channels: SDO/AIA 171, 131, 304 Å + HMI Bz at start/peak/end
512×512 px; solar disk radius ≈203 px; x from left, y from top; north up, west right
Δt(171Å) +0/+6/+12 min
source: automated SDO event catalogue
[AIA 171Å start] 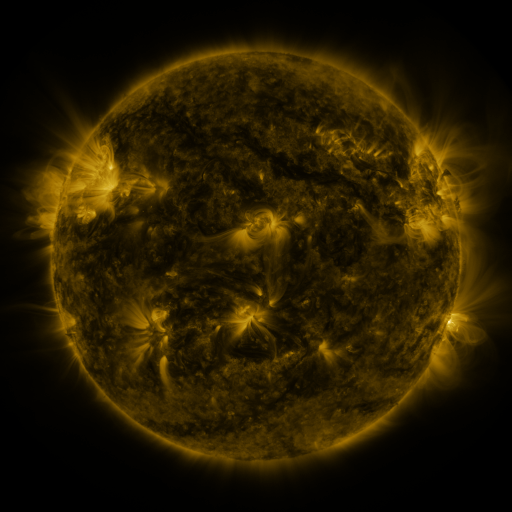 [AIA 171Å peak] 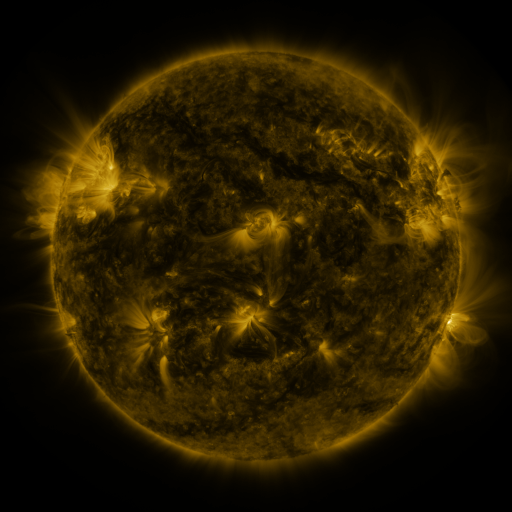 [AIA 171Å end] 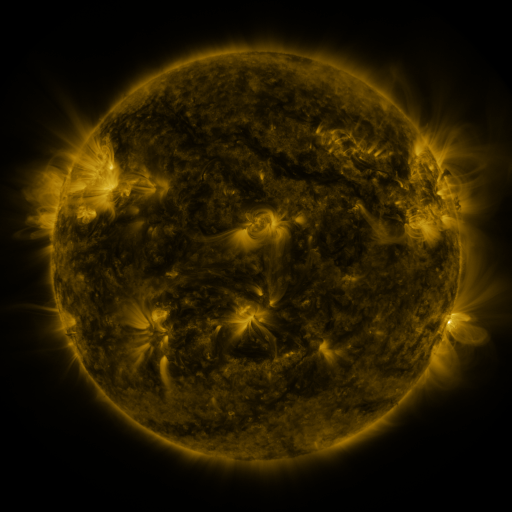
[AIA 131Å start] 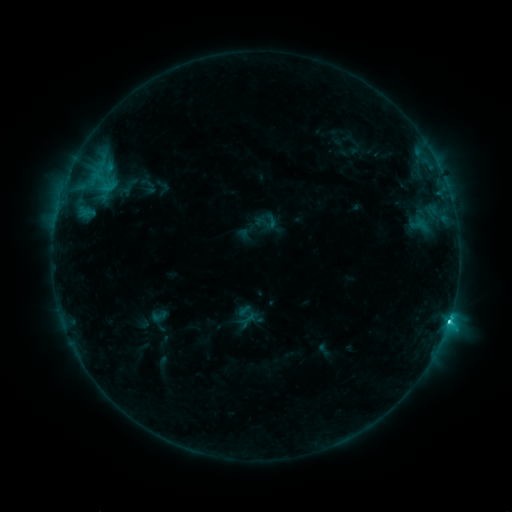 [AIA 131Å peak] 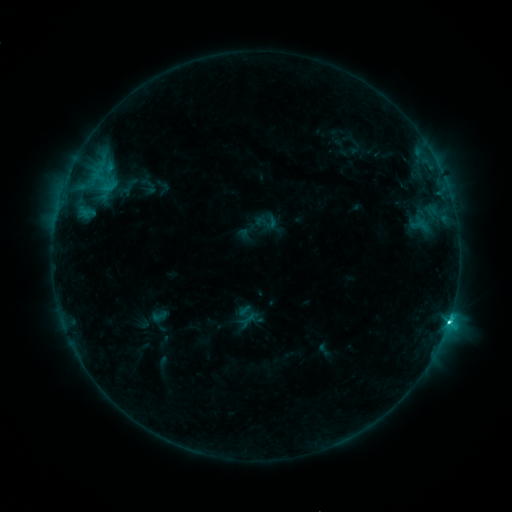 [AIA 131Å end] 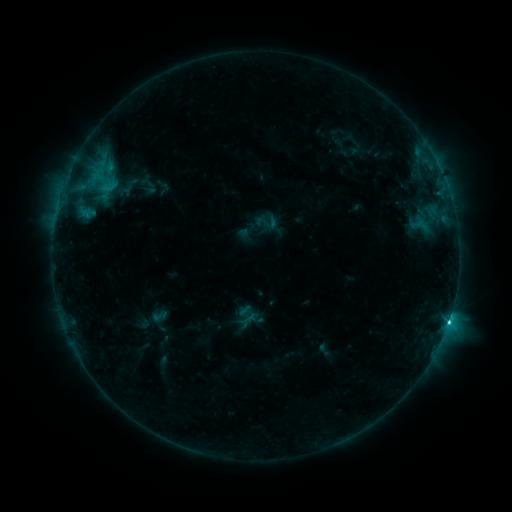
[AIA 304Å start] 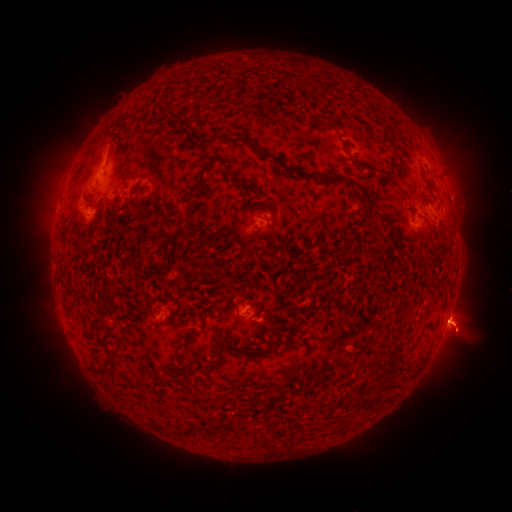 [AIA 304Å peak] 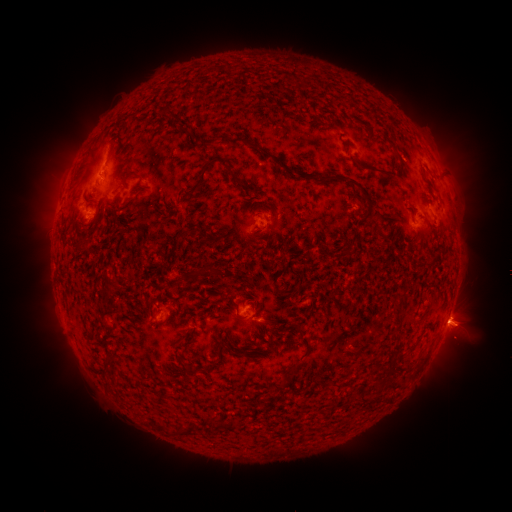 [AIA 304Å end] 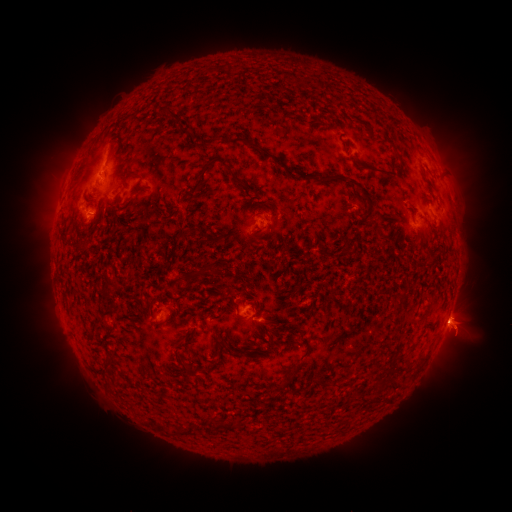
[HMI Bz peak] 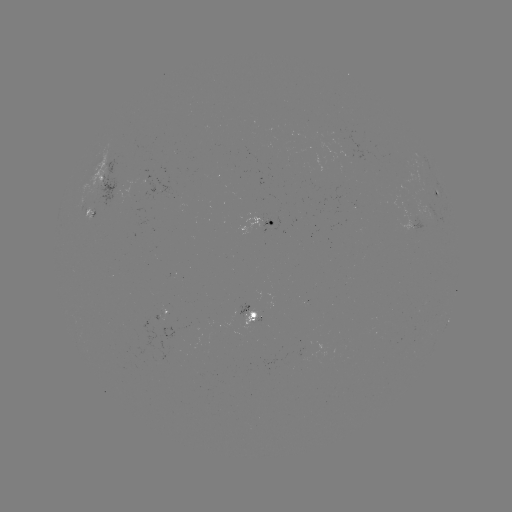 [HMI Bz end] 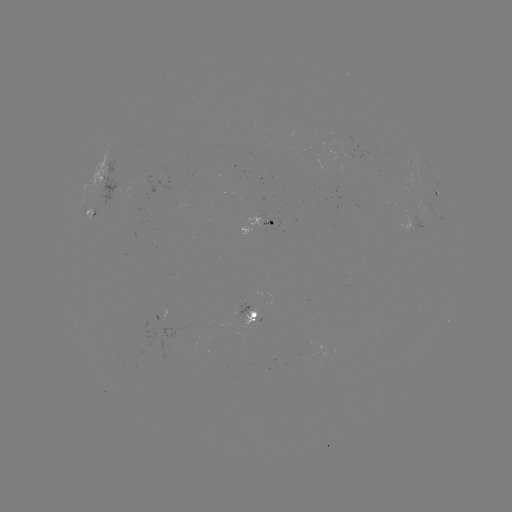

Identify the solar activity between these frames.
eruption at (458, 264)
